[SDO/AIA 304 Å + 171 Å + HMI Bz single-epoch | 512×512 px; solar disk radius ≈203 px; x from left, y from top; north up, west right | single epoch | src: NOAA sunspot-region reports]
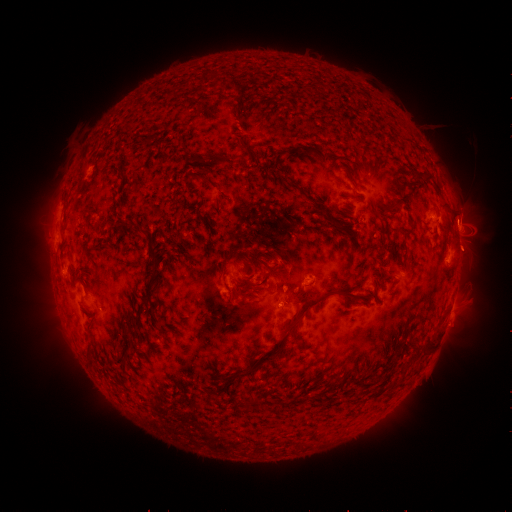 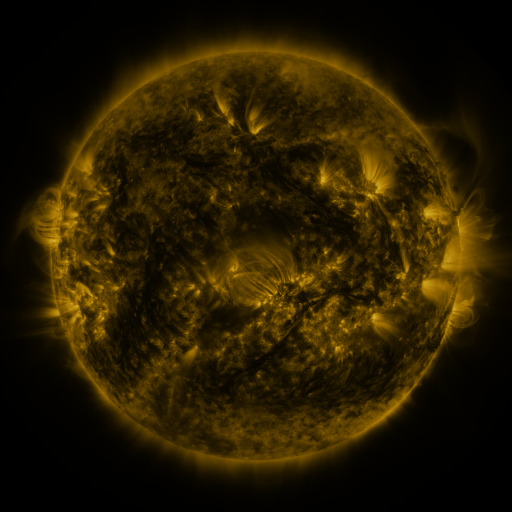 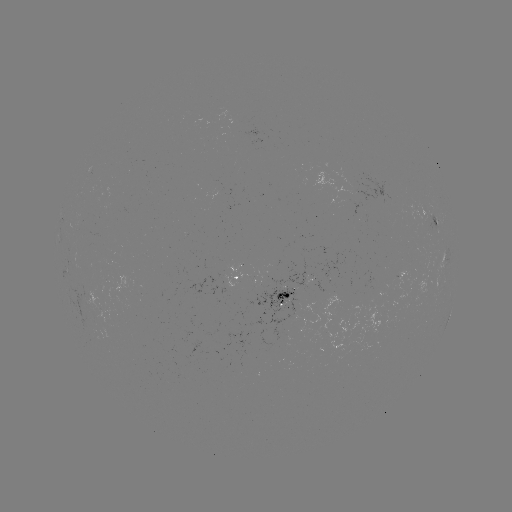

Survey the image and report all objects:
spotted active region: (427, 212)
spotted active region: (457, 232)
spotted active region: (444, 253)
spotted active region: (242, 279)
spotted active region: (300, 293)
spotted active region: (451, 311)
